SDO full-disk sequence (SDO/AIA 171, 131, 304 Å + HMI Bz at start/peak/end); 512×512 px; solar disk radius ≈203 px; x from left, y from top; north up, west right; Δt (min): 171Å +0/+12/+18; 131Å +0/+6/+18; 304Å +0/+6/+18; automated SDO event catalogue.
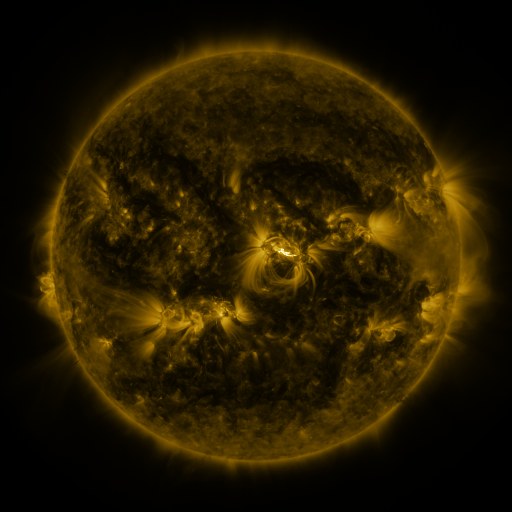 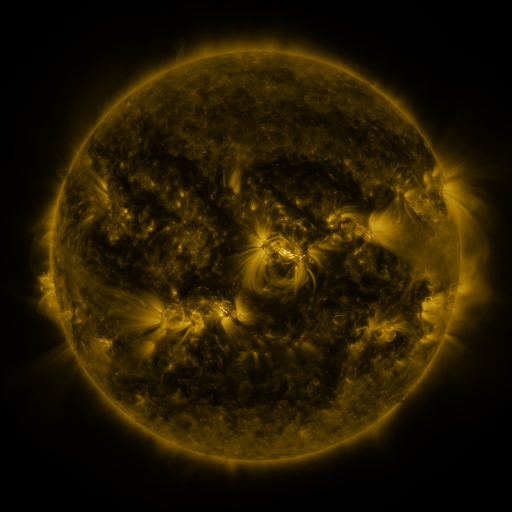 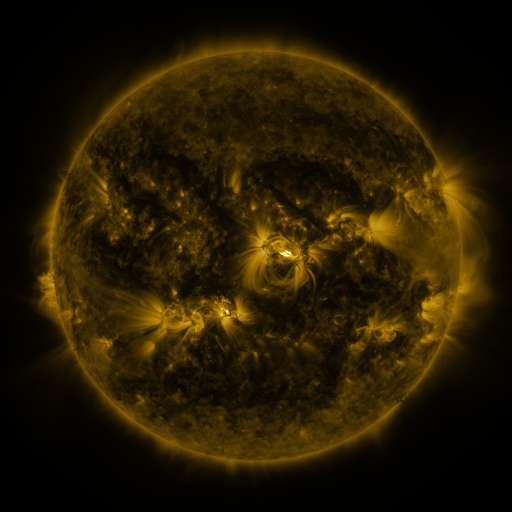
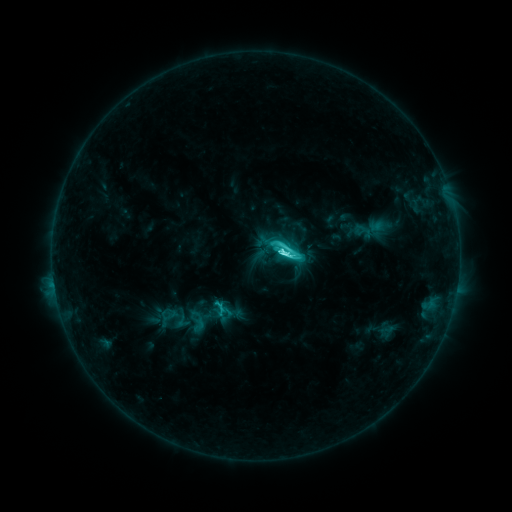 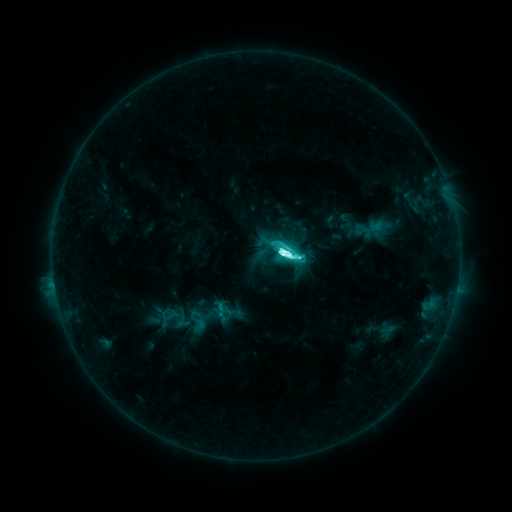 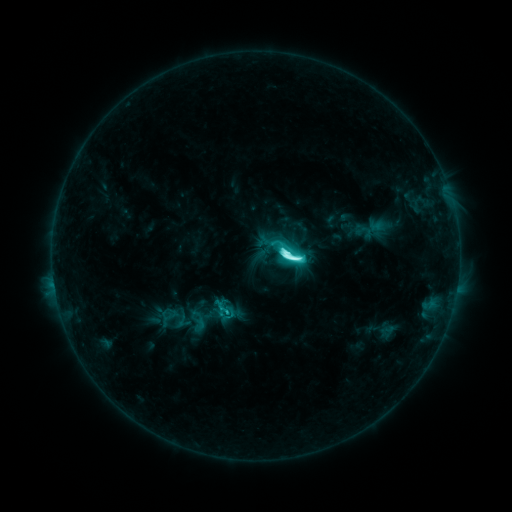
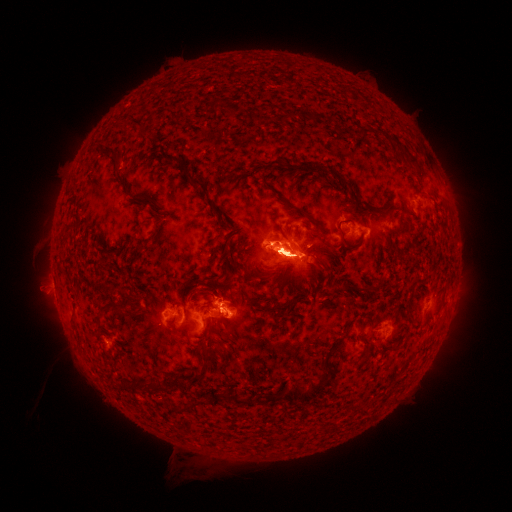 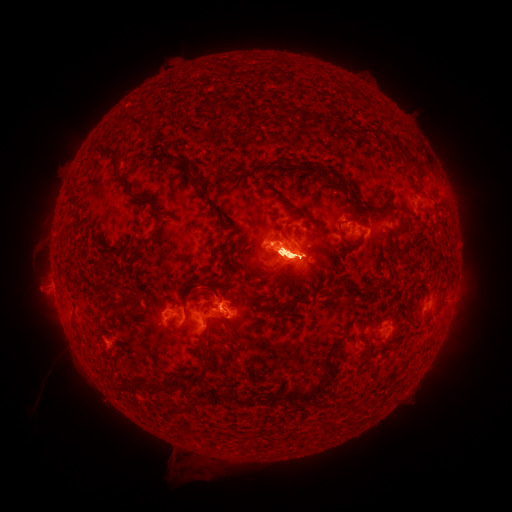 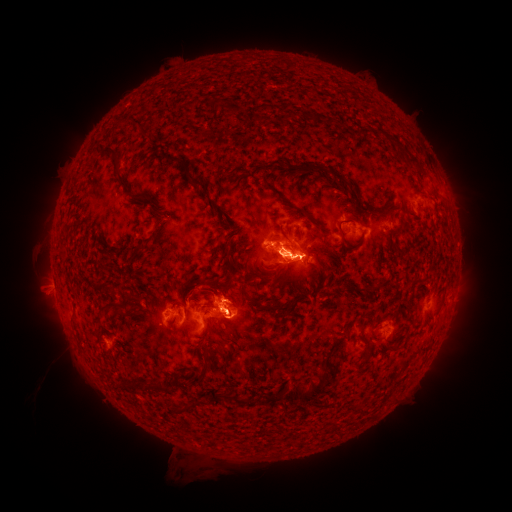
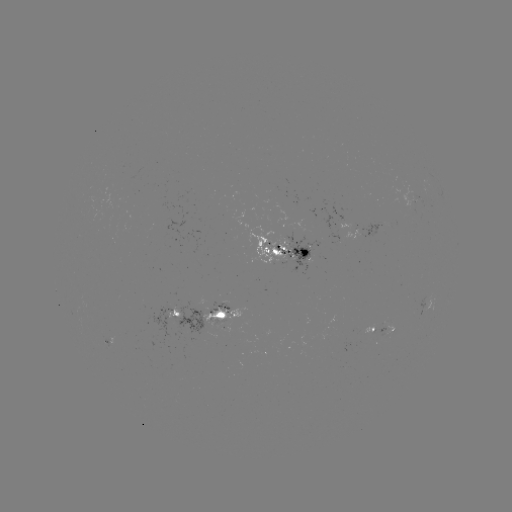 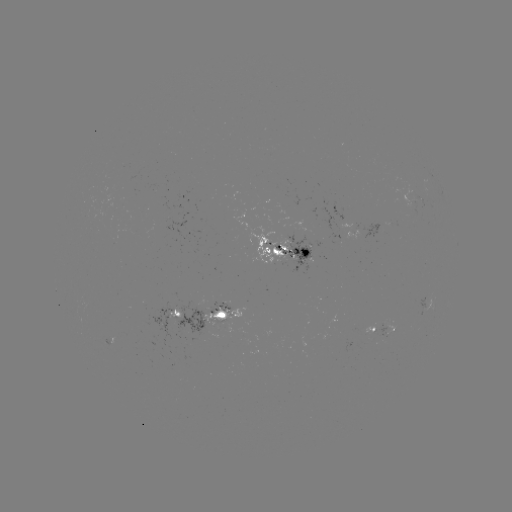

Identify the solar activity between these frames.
M3.1 flare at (284, 252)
